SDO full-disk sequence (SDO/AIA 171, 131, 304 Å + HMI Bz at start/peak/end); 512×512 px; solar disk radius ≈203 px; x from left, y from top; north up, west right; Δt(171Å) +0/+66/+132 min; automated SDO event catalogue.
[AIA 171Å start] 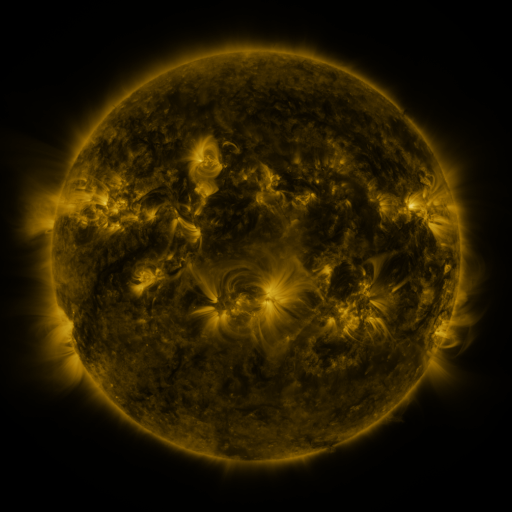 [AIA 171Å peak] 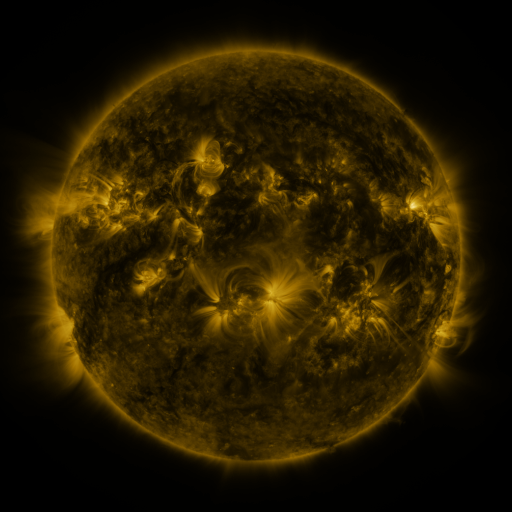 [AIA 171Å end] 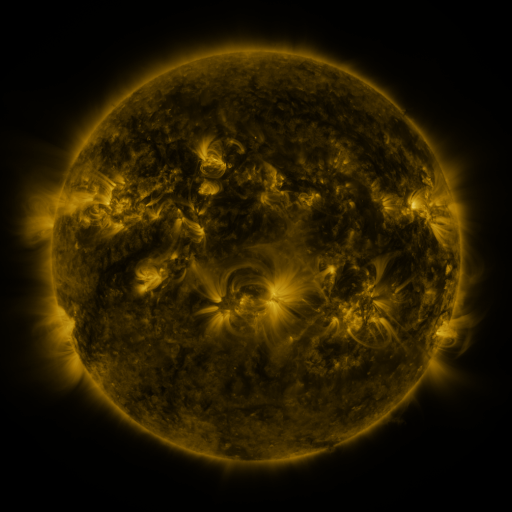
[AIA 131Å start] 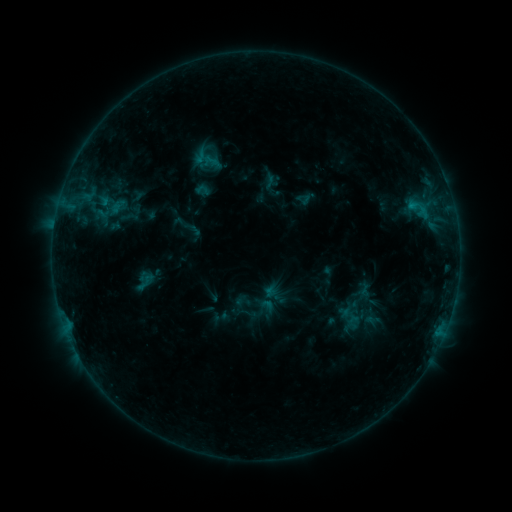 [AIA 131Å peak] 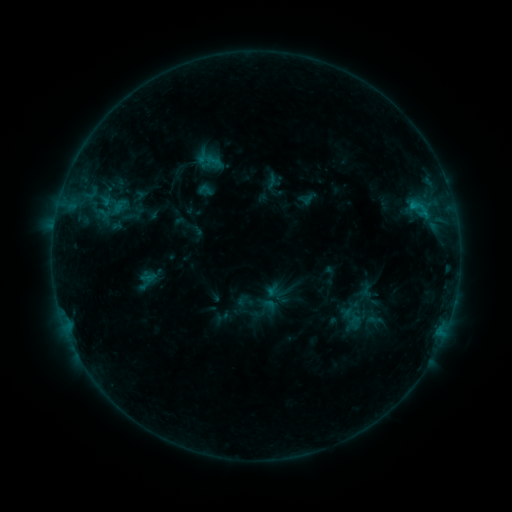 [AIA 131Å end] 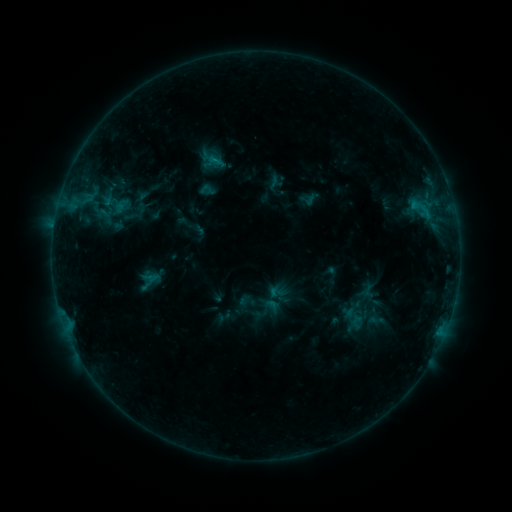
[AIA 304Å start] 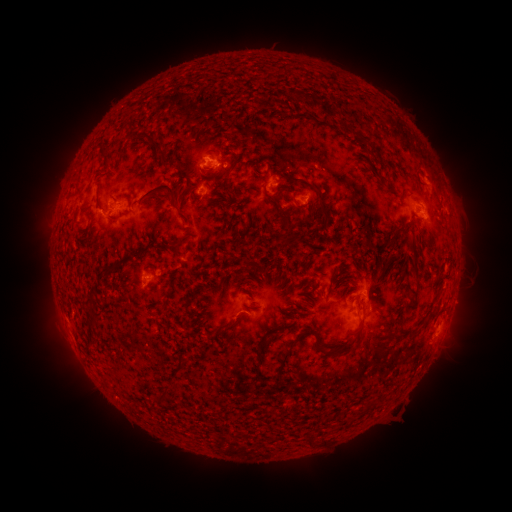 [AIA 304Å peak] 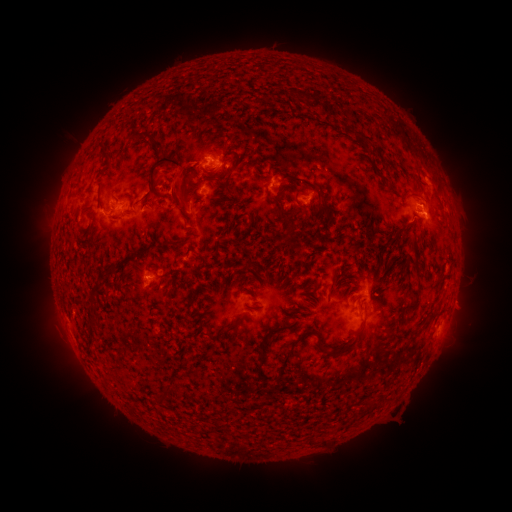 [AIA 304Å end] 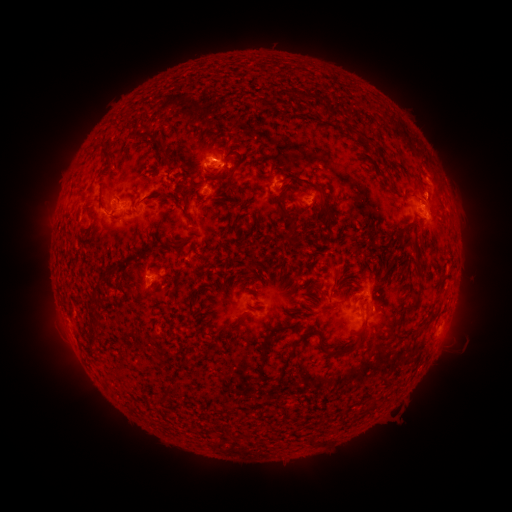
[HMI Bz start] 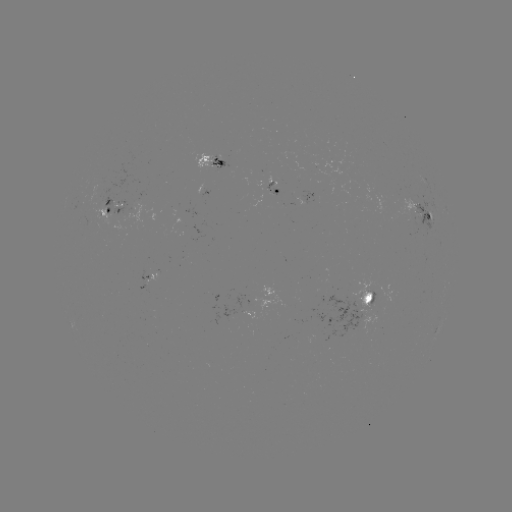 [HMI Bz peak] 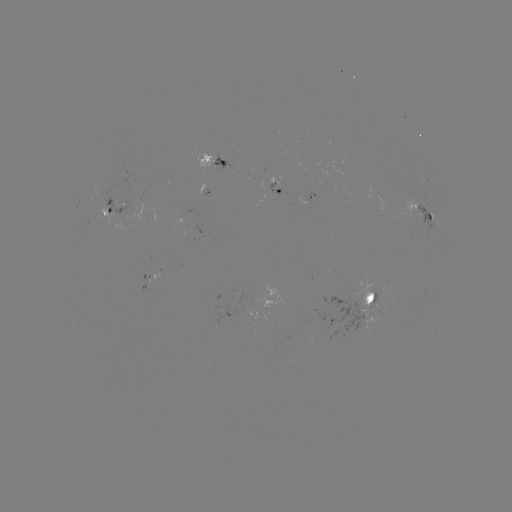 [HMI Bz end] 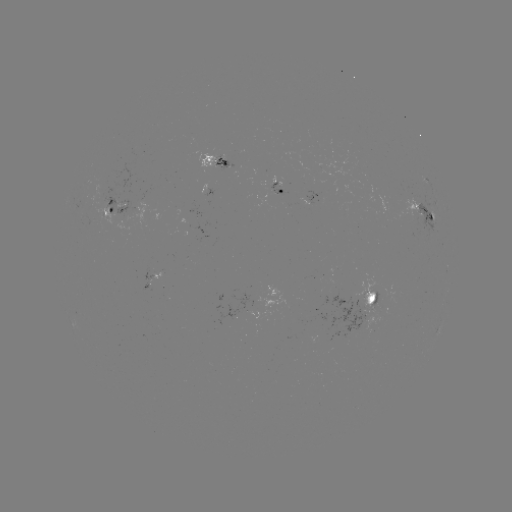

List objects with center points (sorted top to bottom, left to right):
filament eruption: (177, 184)
